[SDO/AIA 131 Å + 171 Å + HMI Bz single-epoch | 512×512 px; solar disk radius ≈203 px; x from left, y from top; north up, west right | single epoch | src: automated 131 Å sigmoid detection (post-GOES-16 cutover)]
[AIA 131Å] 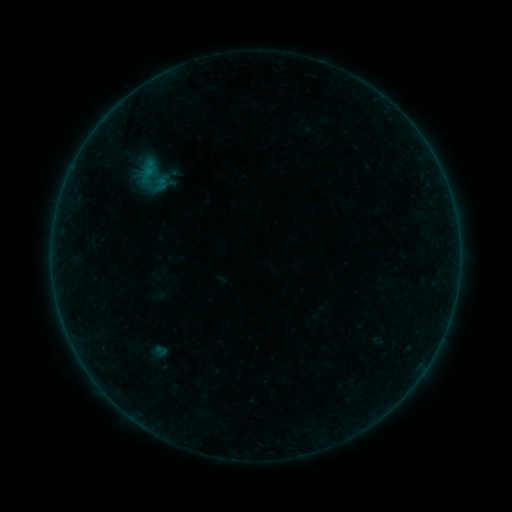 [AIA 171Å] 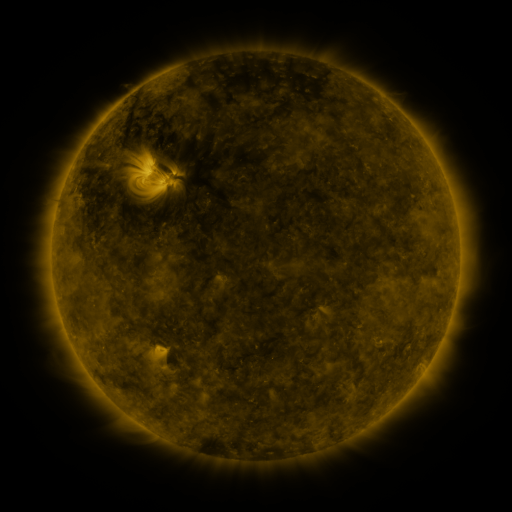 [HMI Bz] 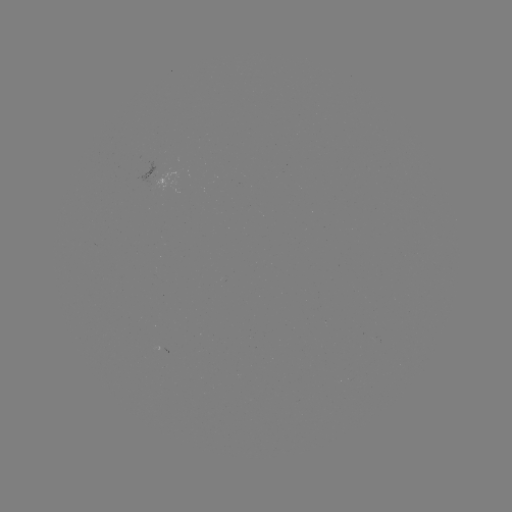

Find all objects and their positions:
sigmoid: (152, 176)
